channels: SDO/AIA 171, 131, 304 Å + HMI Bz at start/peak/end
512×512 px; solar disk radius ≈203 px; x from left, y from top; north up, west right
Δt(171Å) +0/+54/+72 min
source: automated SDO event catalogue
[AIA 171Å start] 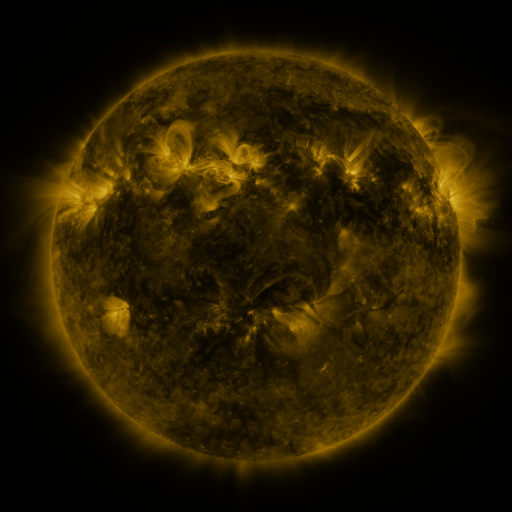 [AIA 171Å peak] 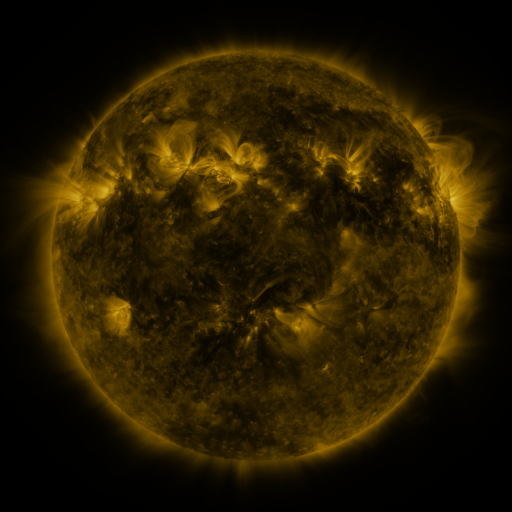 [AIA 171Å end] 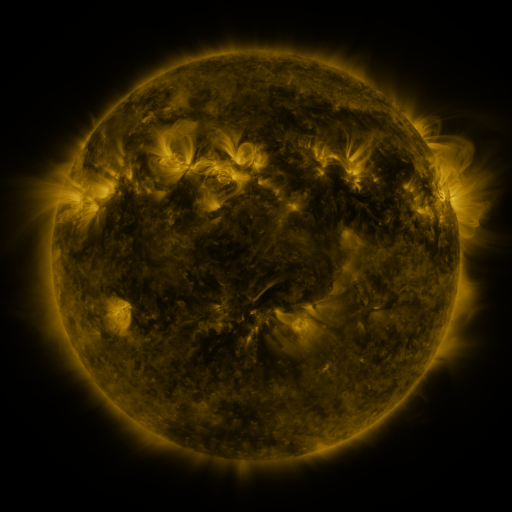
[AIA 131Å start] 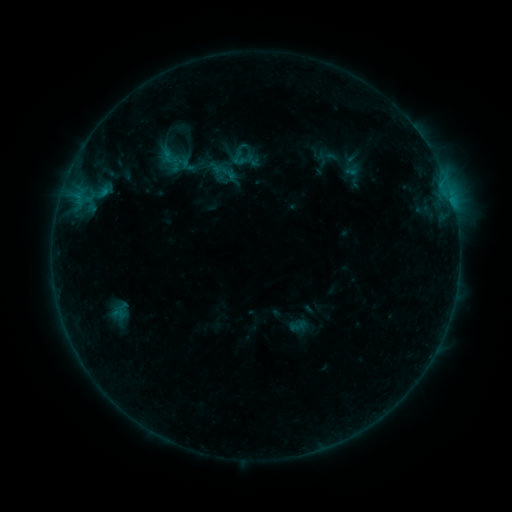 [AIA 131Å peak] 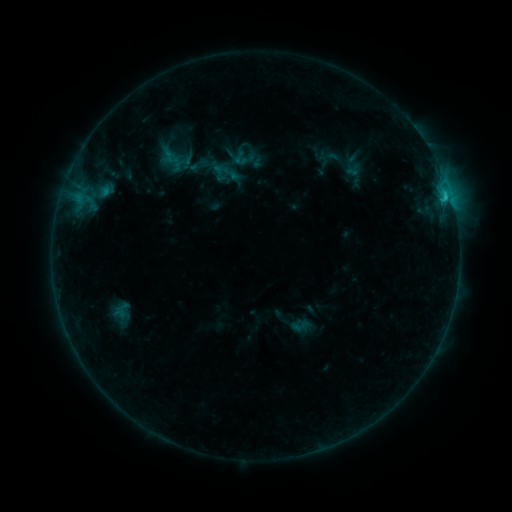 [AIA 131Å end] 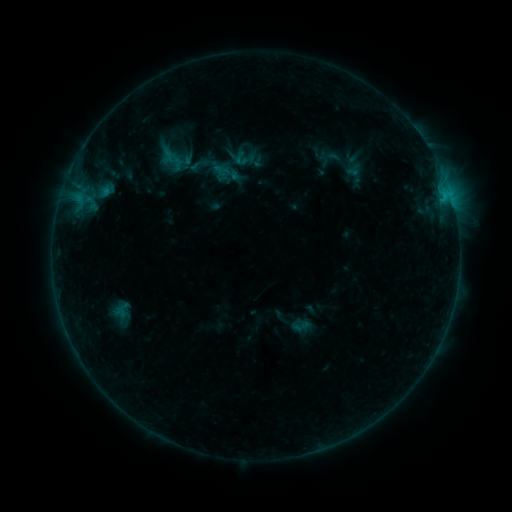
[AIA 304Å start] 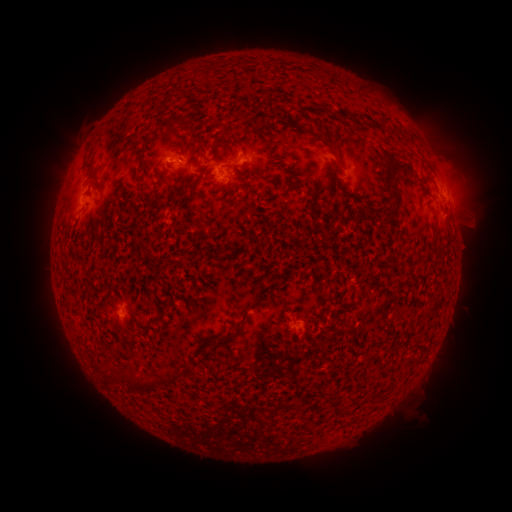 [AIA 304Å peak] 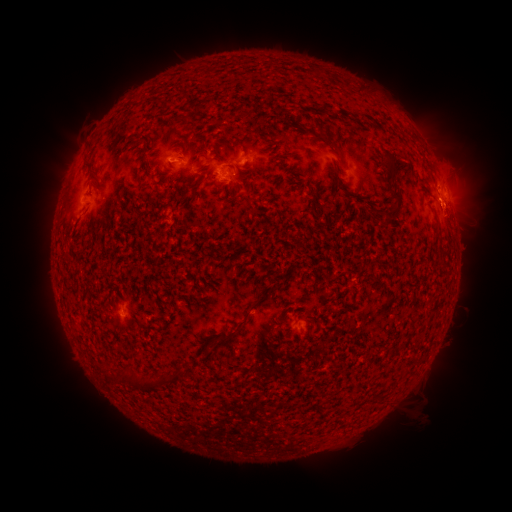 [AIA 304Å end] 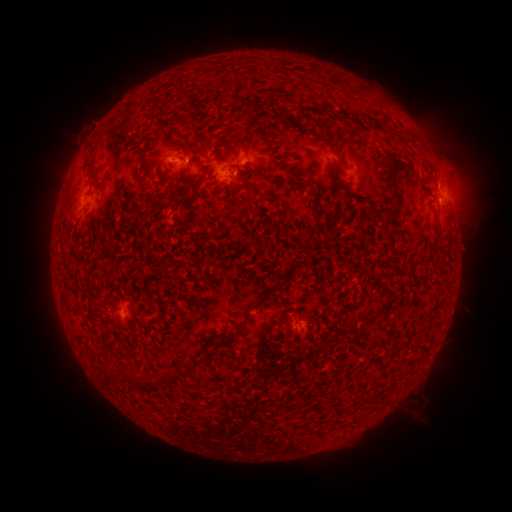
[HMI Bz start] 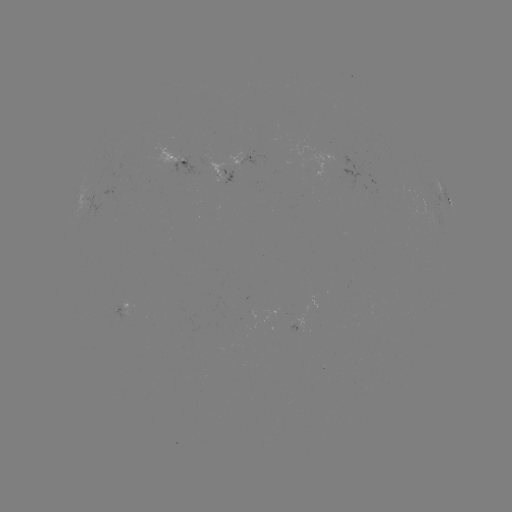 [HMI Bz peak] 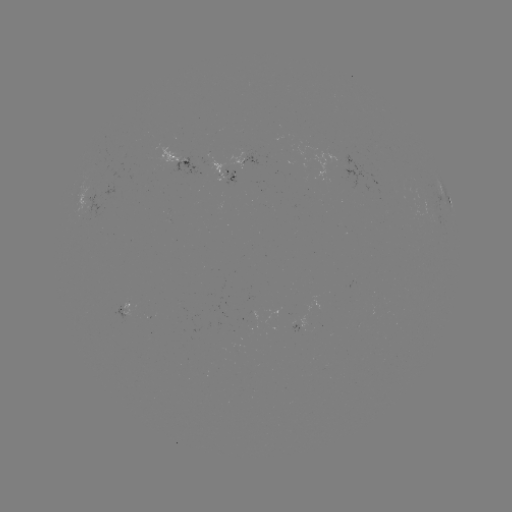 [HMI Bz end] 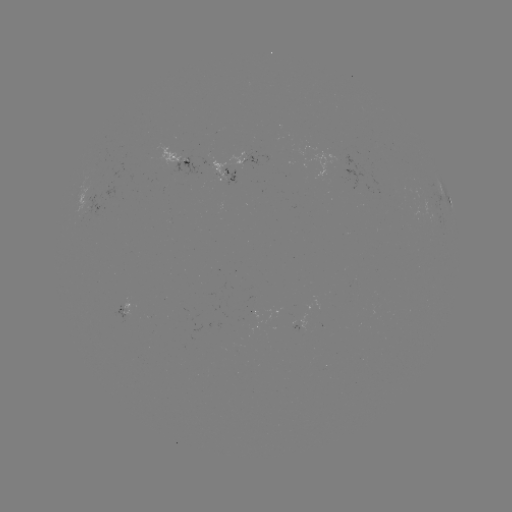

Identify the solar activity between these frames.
C1.3 flare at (443, 197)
